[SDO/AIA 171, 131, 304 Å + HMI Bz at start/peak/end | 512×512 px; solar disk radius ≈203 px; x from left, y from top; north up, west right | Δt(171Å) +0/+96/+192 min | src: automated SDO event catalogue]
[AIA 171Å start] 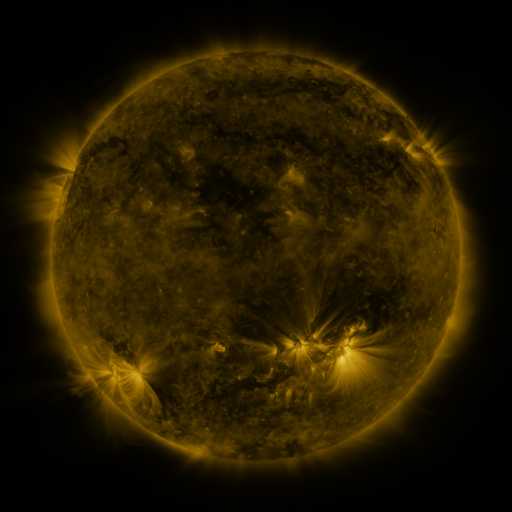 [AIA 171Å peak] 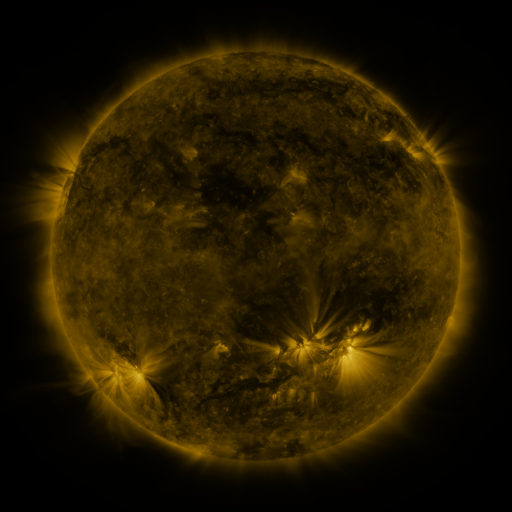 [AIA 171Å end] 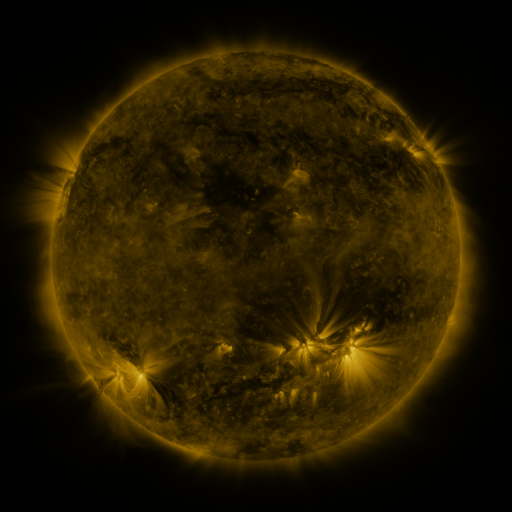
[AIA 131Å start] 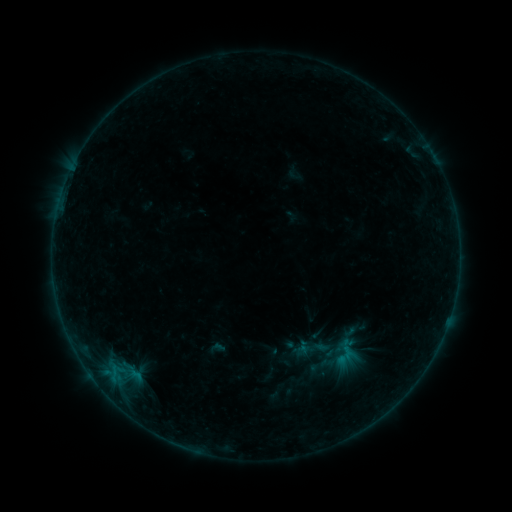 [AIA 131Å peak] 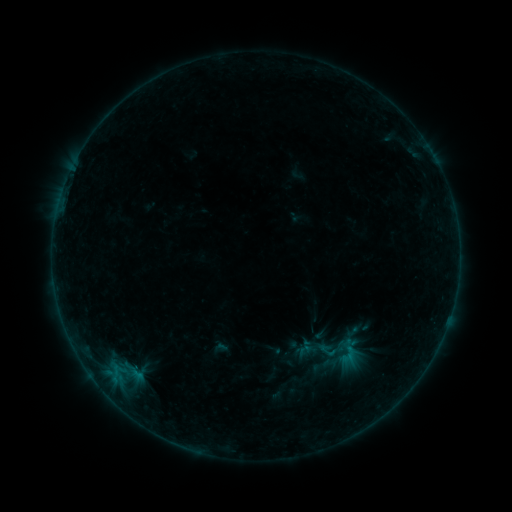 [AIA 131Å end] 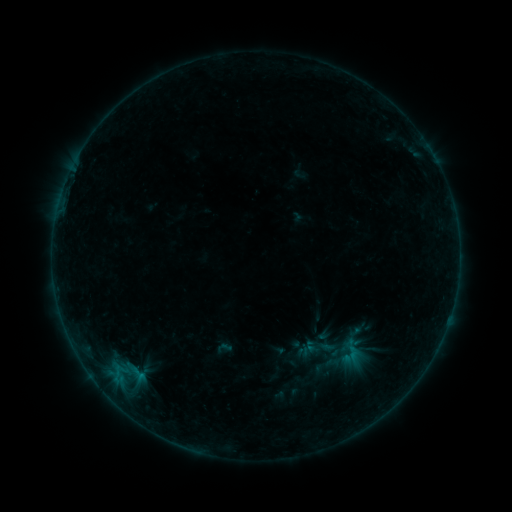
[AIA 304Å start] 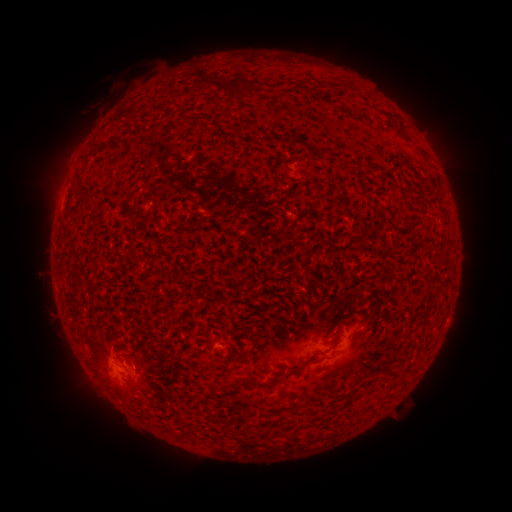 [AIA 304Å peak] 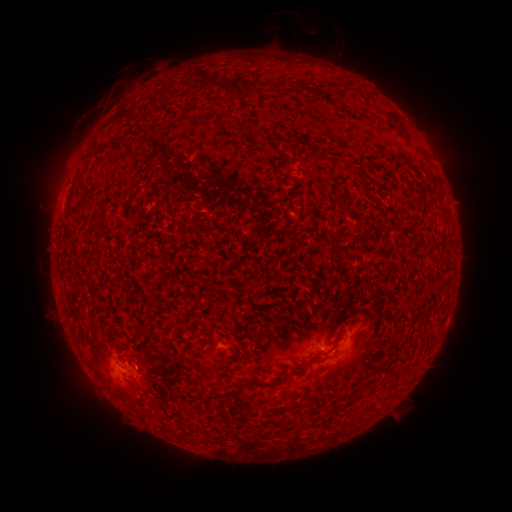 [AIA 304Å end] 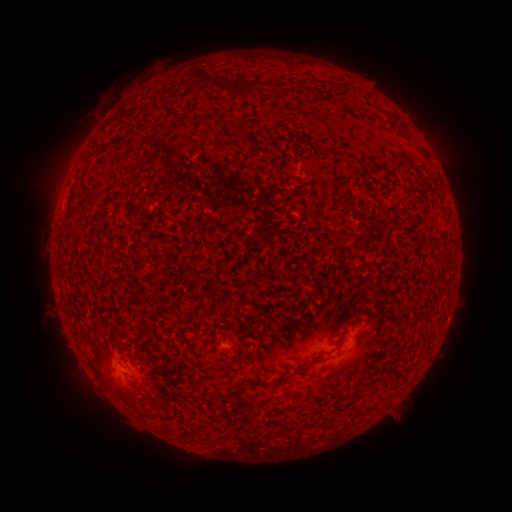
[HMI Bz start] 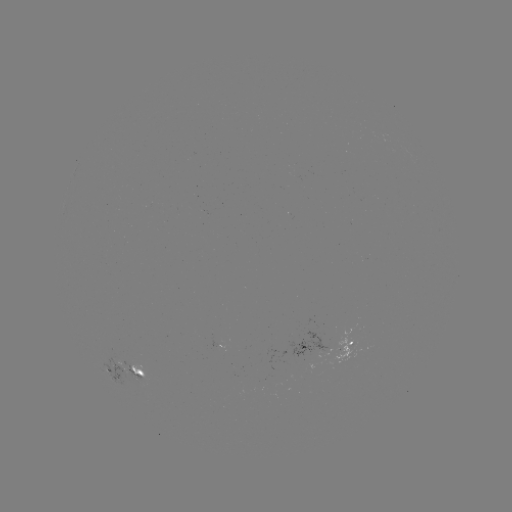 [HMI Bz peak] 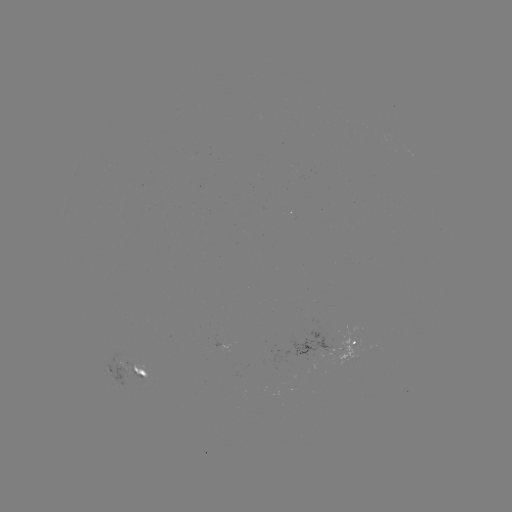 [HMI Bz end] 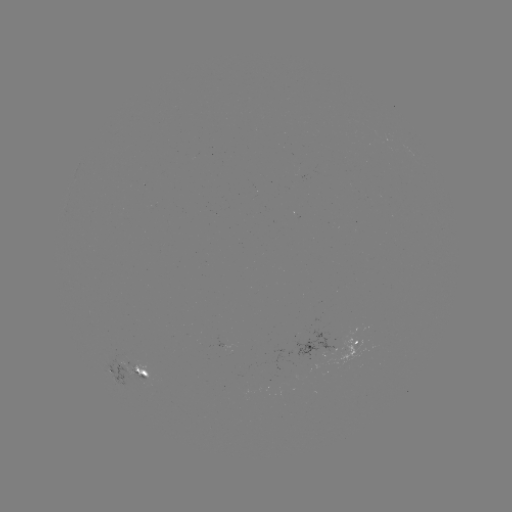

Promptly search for filament eruption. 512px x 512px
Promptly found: (300, 34).